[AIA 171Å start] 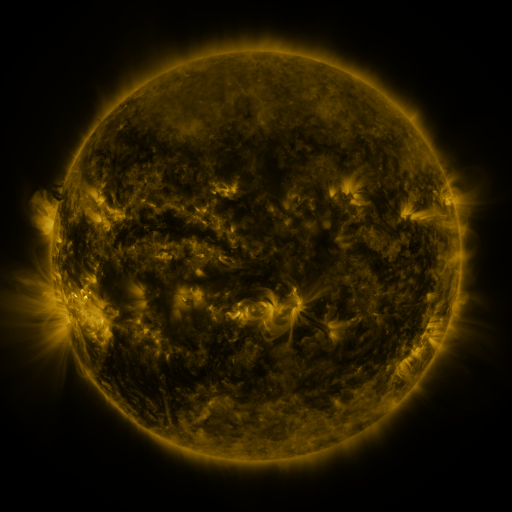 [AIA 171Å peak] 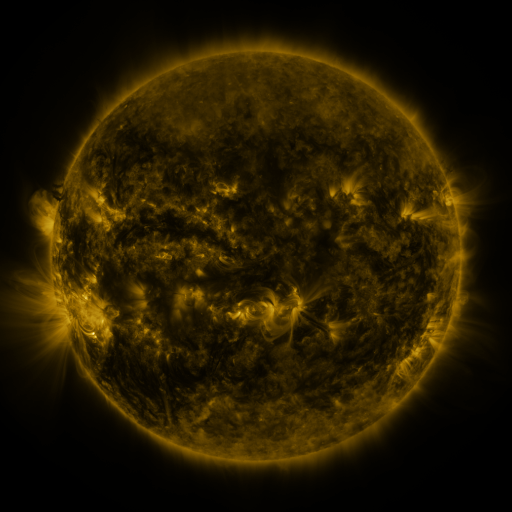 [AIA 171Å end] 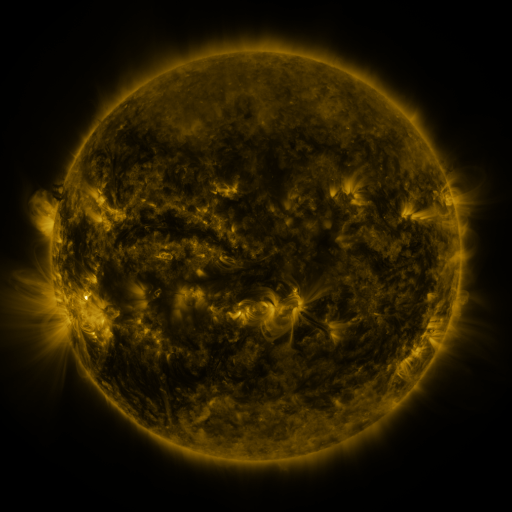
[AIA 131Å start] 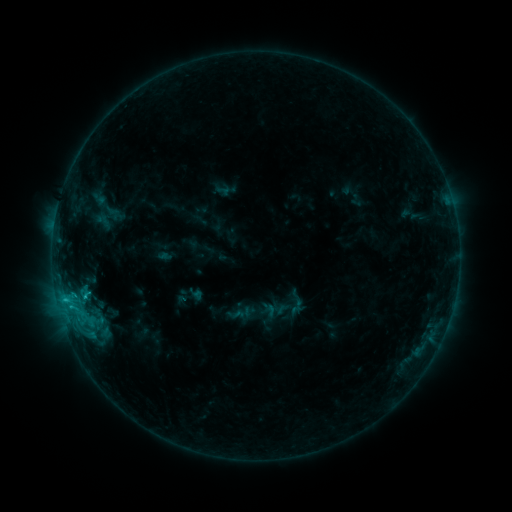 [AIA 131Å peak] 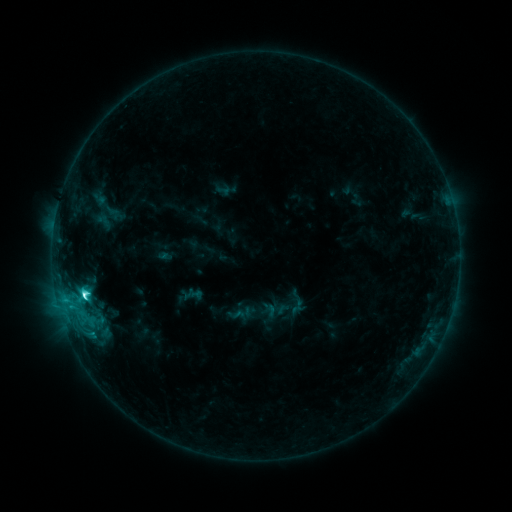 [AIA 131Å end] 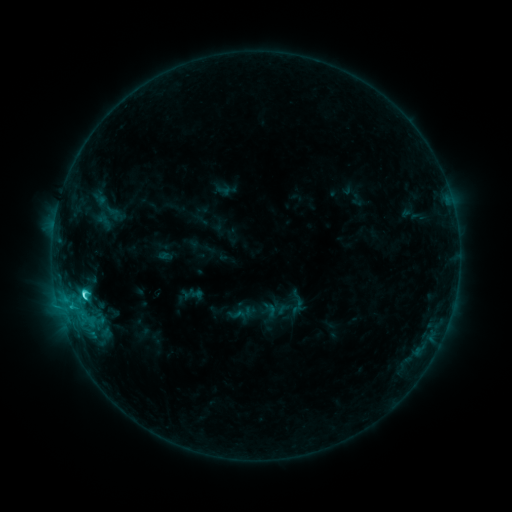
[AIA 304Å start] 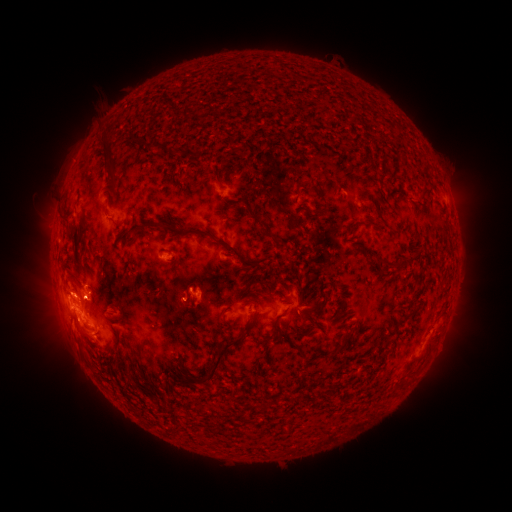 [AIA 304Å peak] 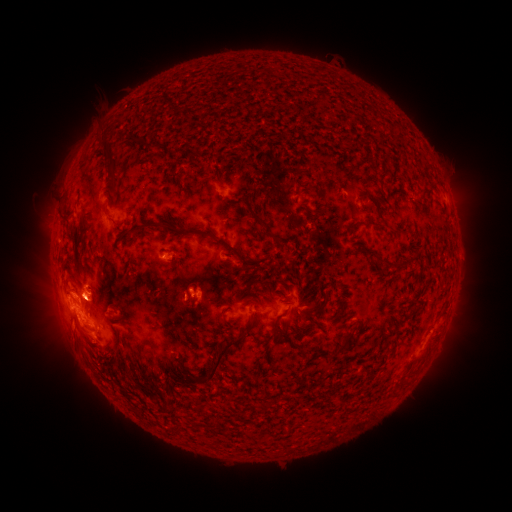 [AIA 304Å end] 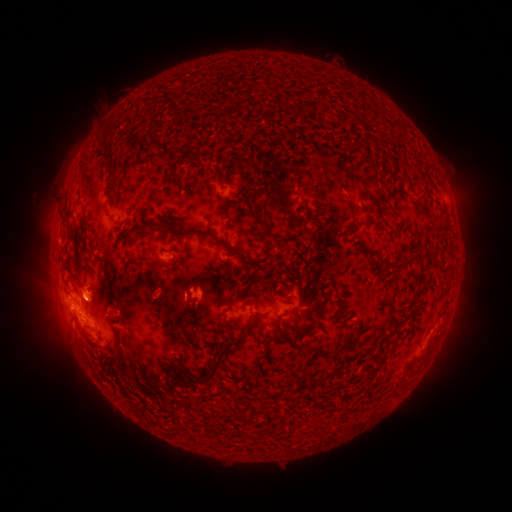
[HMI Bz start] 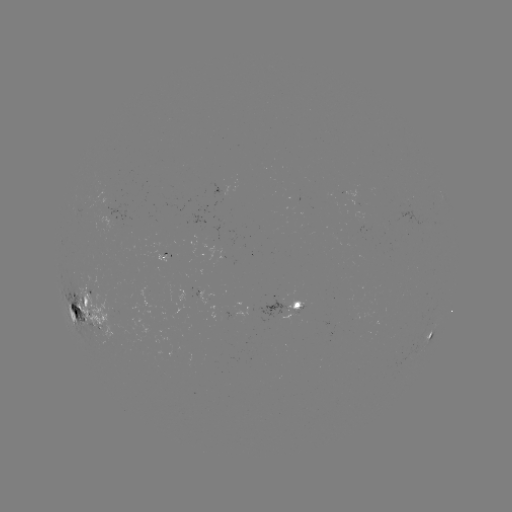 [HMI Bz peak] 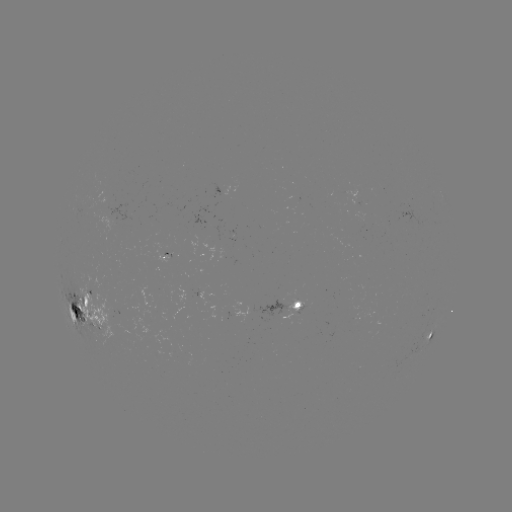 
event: flare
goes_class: C6.7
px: (84, 291)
